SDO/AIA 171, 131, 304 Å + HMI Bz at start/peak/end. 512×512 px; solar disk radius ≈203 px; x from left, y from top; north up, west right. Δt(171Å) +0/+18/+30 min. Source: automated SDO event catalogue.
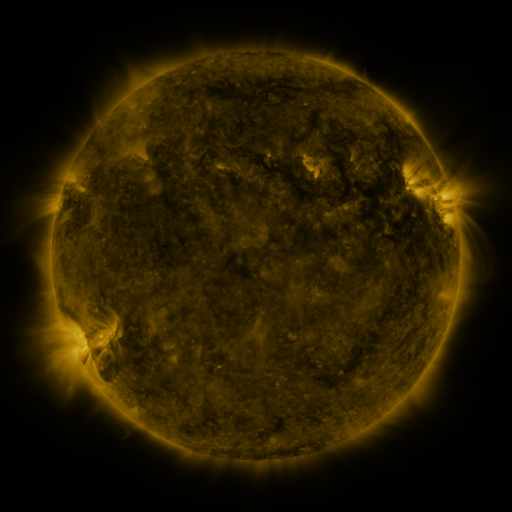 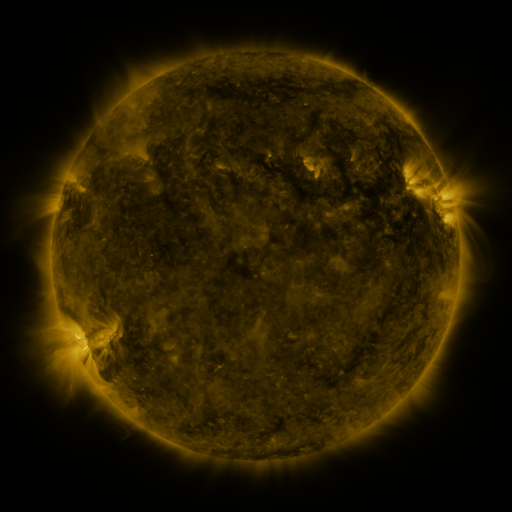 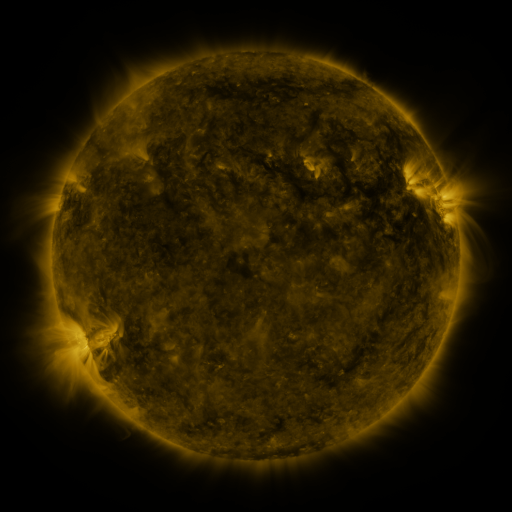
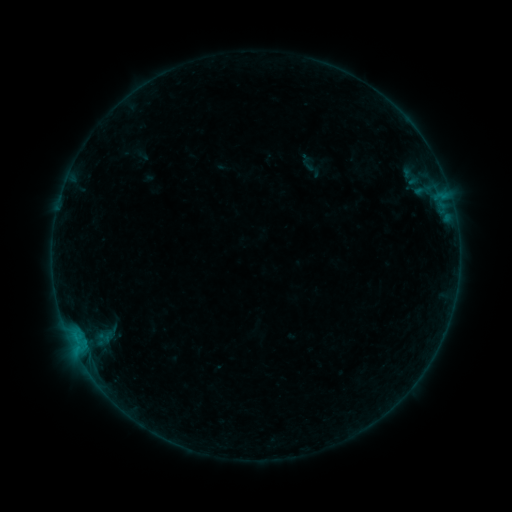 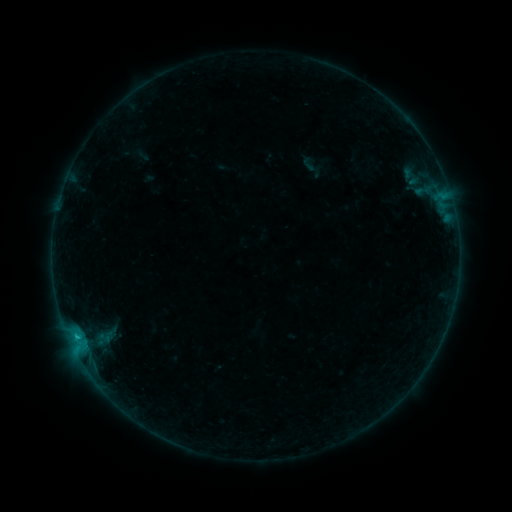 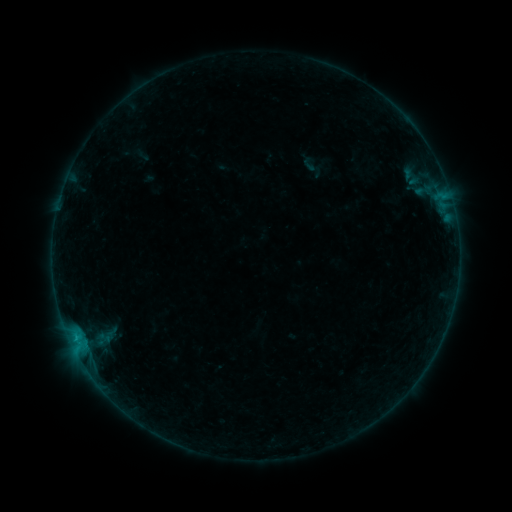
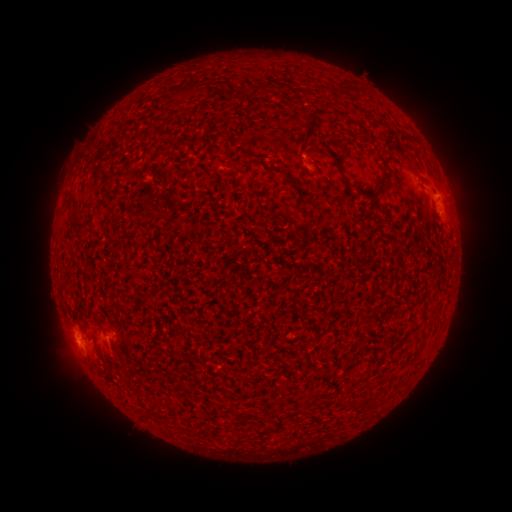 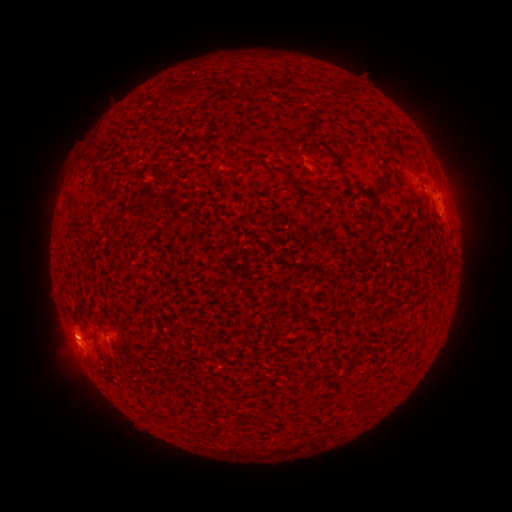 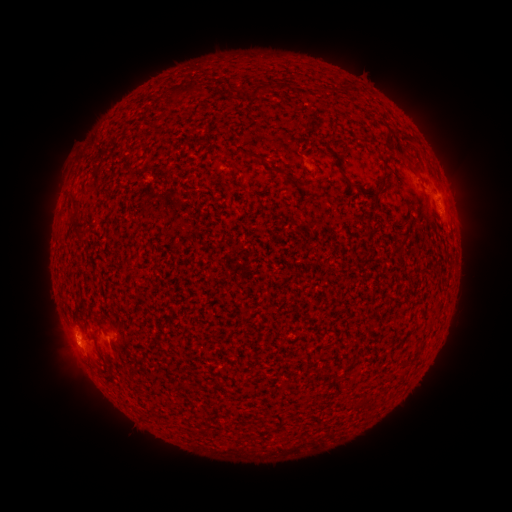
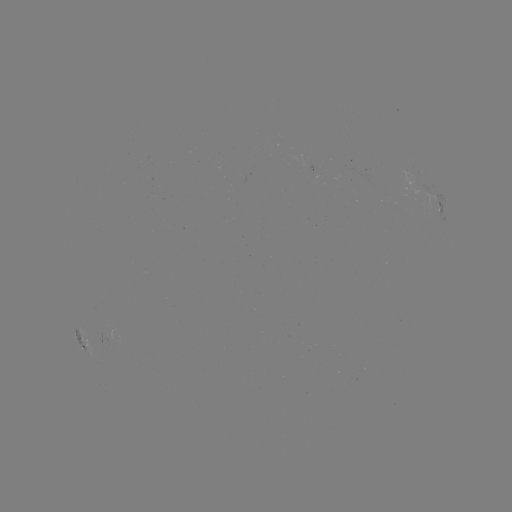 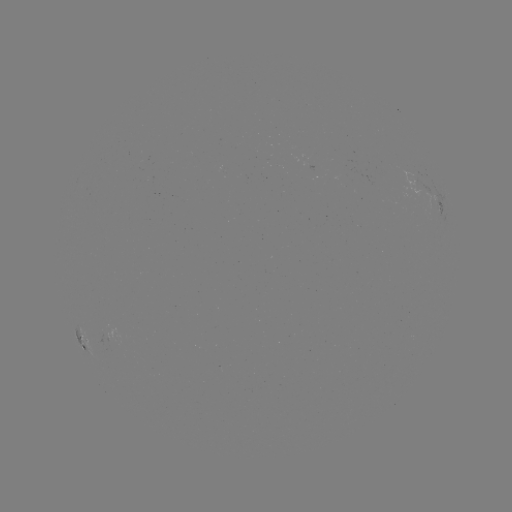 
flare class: B4.1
